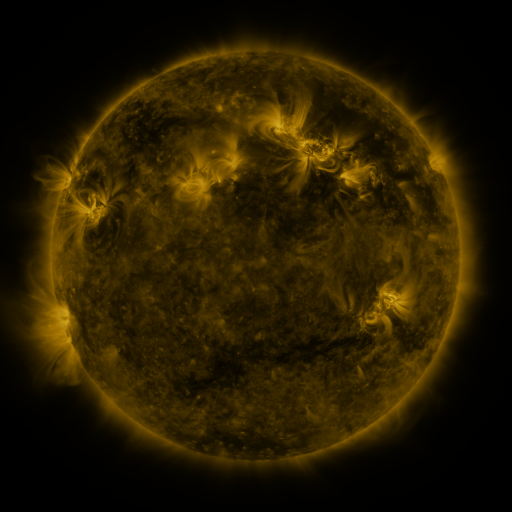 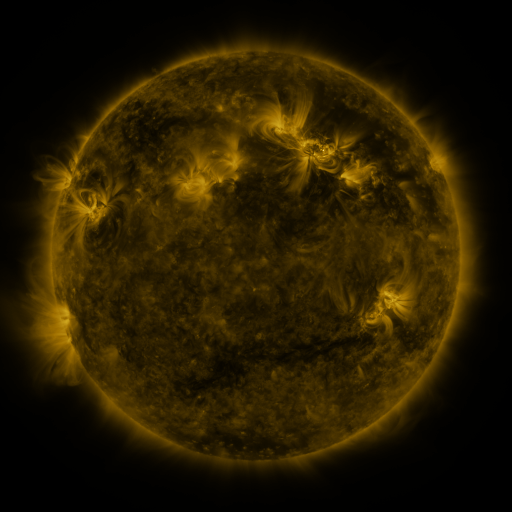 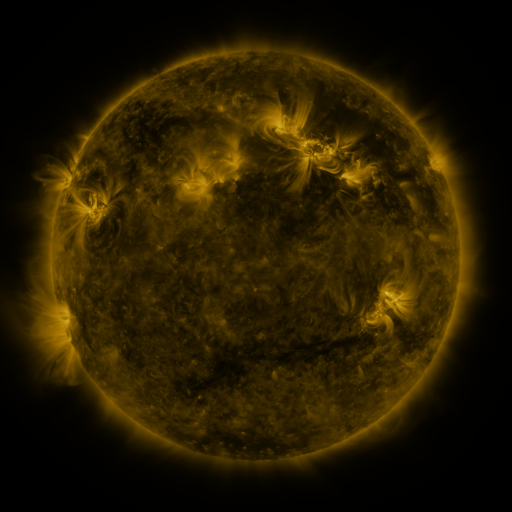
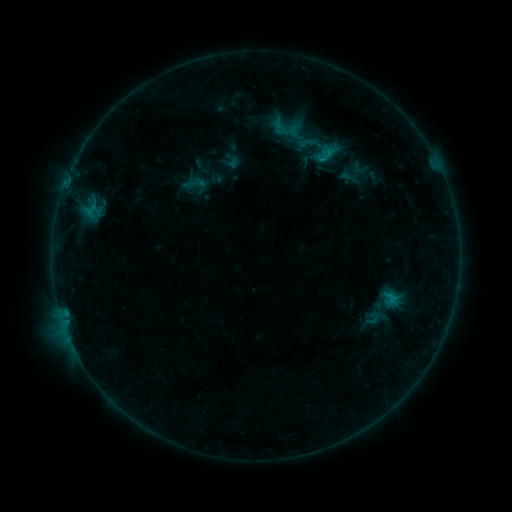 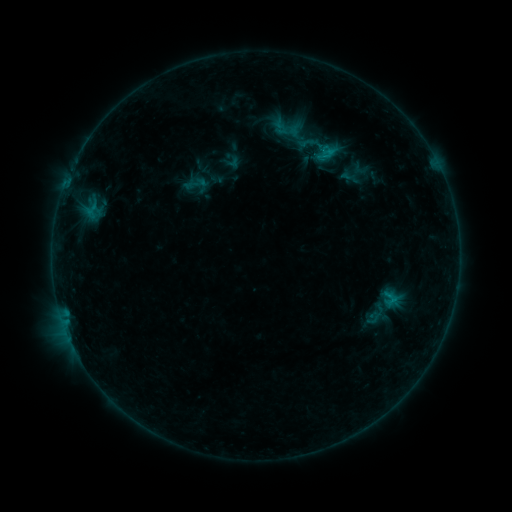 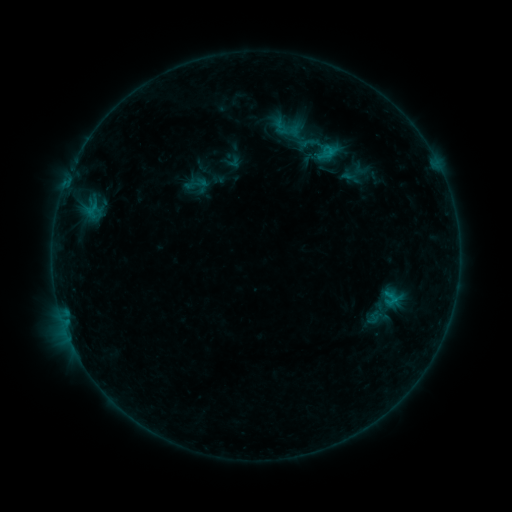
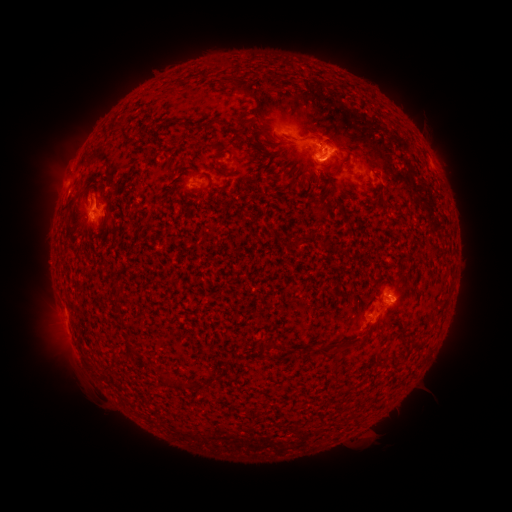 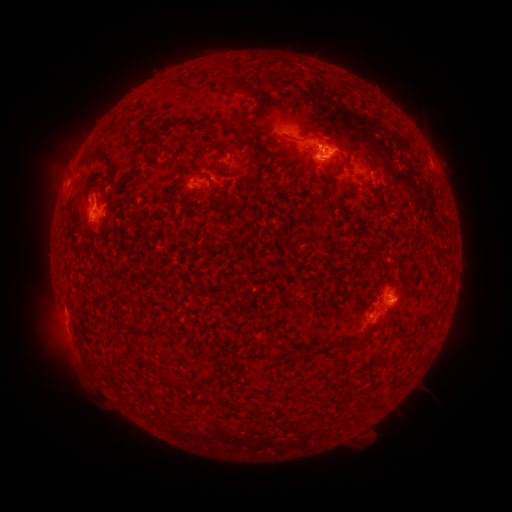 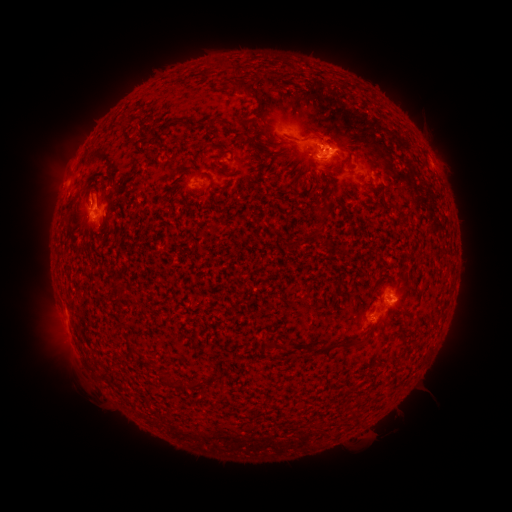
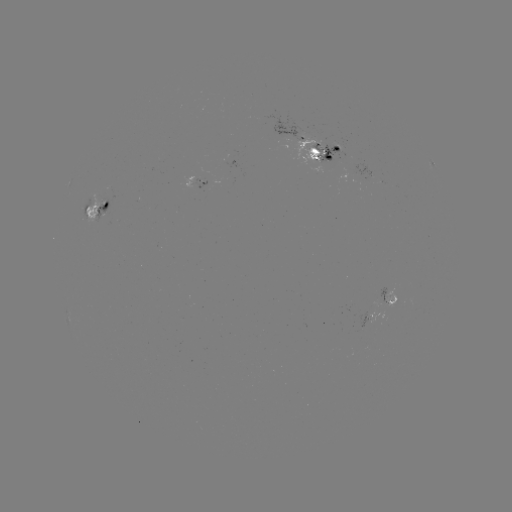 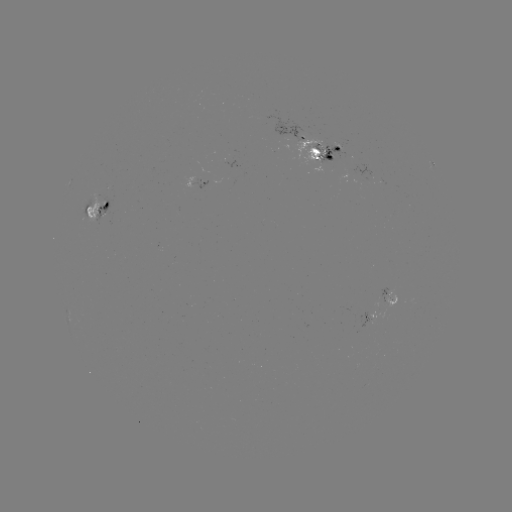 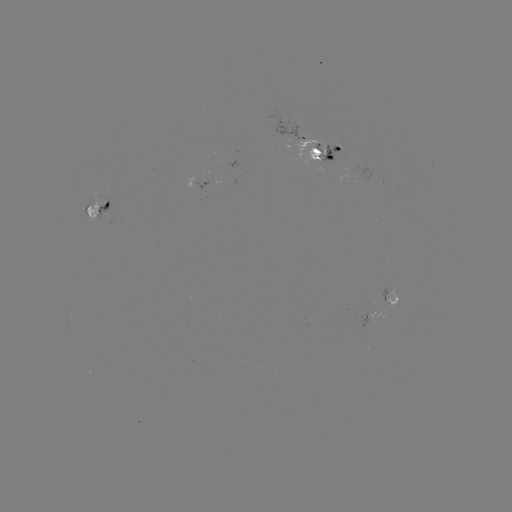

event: emerging-flux region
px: (318, 146)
